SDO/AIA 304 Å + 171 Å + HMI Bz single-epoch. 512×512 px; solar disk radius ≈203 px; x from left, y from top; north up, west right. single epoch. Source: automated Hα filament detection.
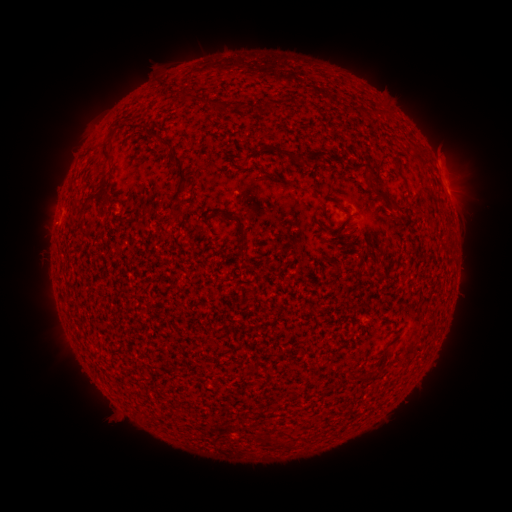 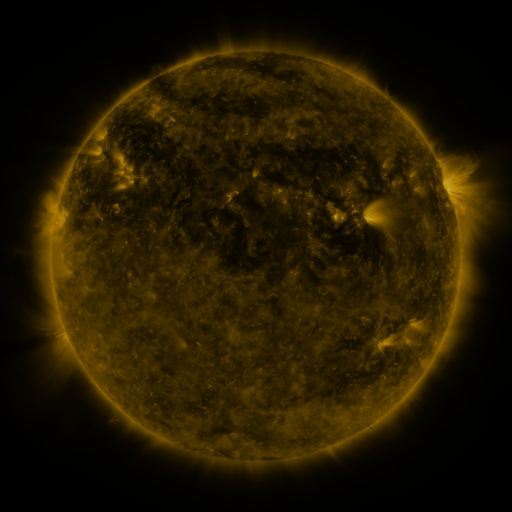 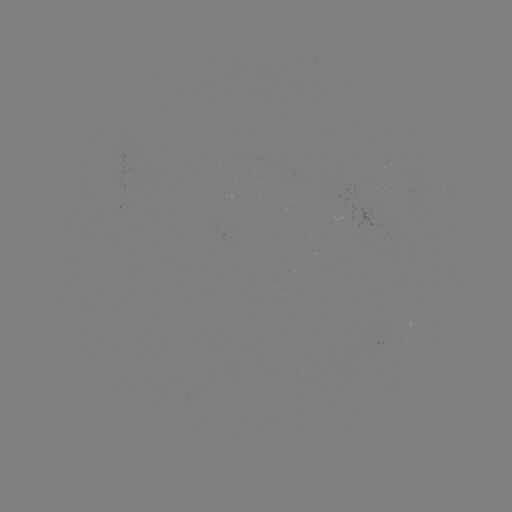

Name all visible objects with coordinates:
filament: [177, 93, 191, 103]
filament: [206, 98, 245, 113]
filament: [129, 124, 138, 135]
filament: [100, 127, 118, 161]
filament: [156, 138, 173, 152]
filament: [307, 150, 339, 164]
filament: [169, 152, 189, 196]
filament: [349, 161, 374, 178]
filament: [394, 168, 403, 179]
filament: [100, 176, 109, 189]
filament: [172, 209, 185, 219]
filament: [238, 226, 246, 245]
filament: [273, 436, 289, 447]
